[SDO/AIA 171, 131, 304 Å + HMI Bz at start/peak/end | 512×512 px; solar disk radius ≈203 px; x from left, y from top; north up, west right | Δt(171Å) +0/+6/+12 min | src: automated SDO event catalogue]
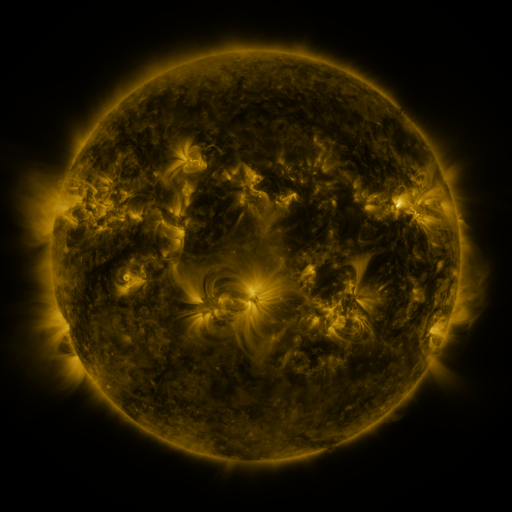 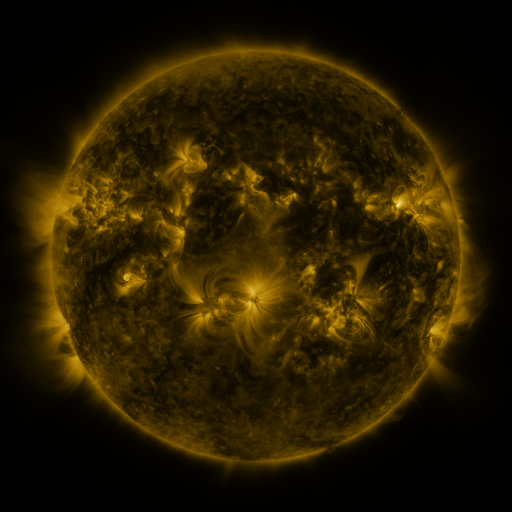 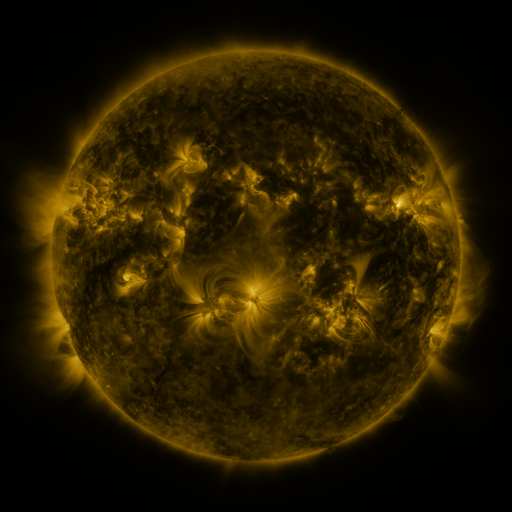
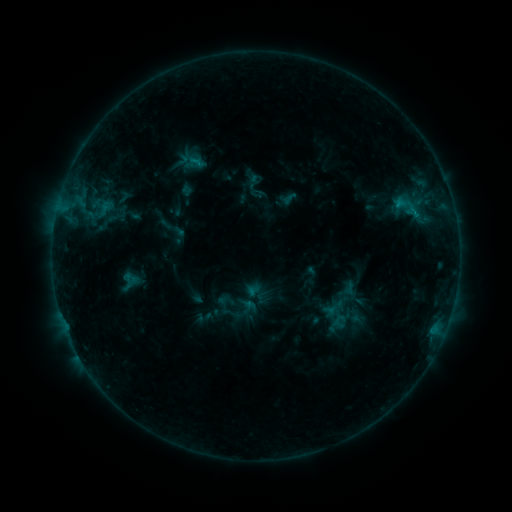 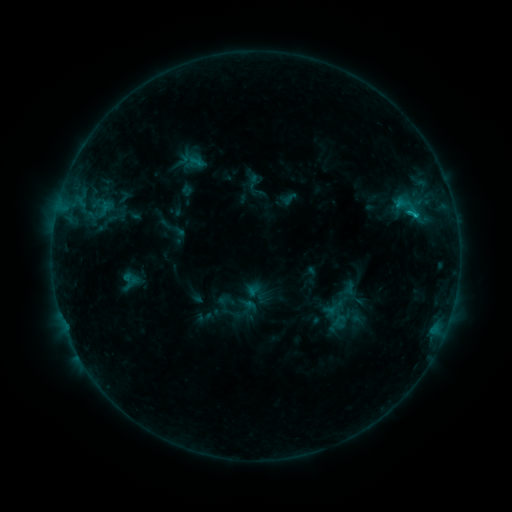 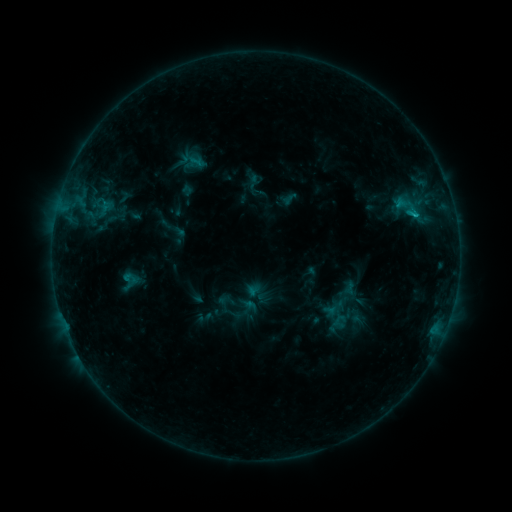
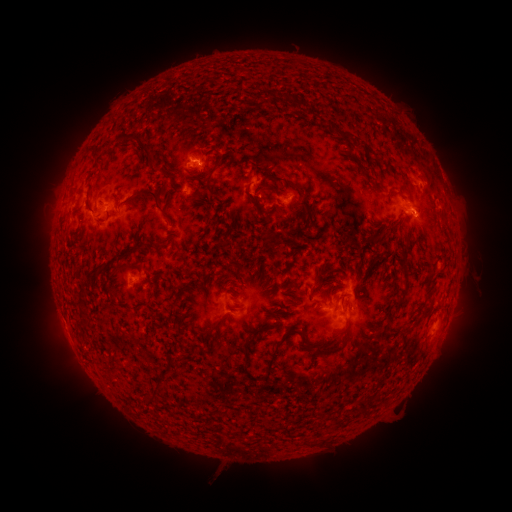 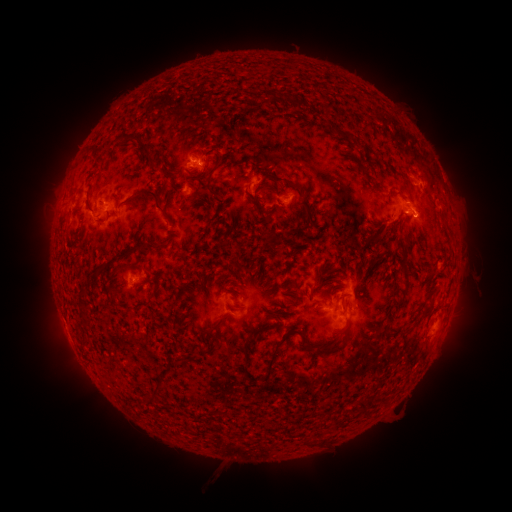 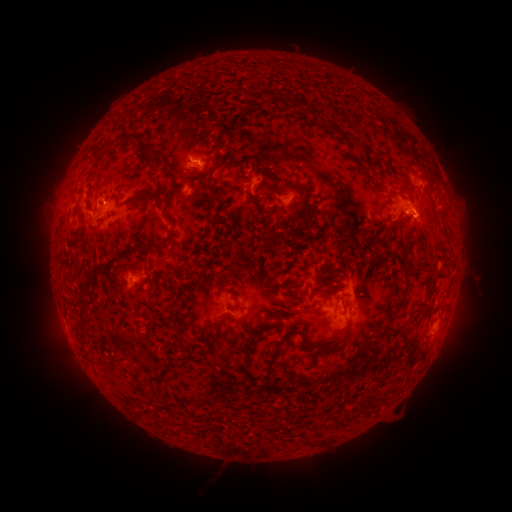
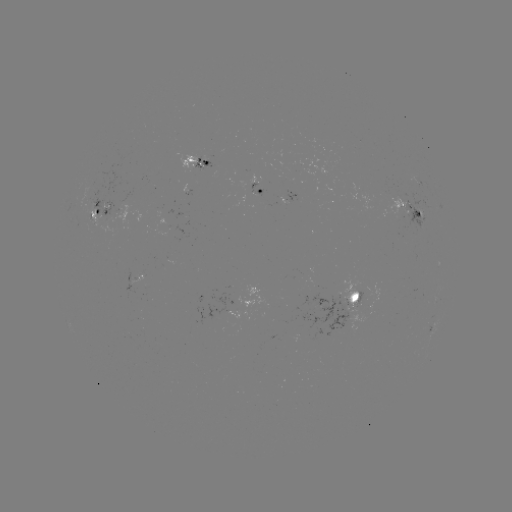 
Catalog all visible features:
B9.1 flare: (415, 218)
